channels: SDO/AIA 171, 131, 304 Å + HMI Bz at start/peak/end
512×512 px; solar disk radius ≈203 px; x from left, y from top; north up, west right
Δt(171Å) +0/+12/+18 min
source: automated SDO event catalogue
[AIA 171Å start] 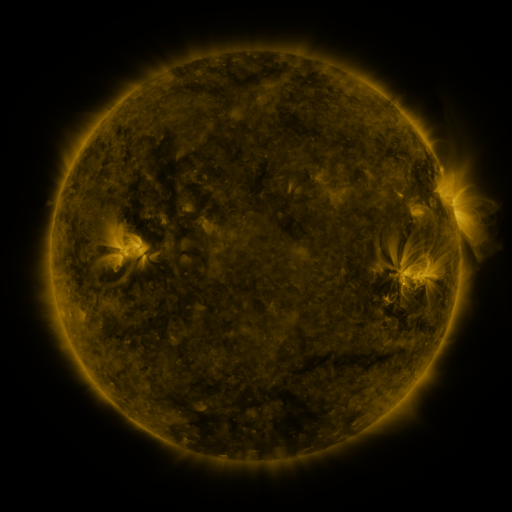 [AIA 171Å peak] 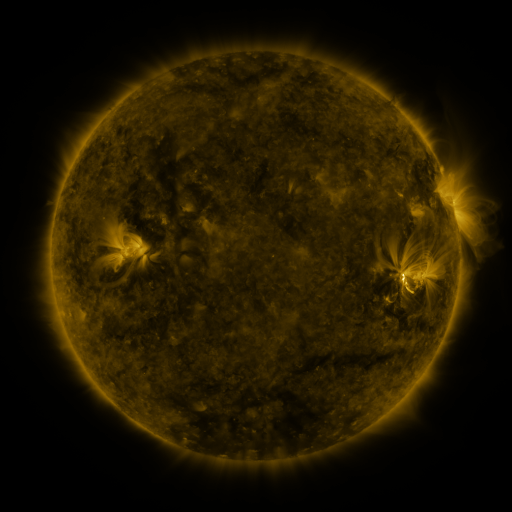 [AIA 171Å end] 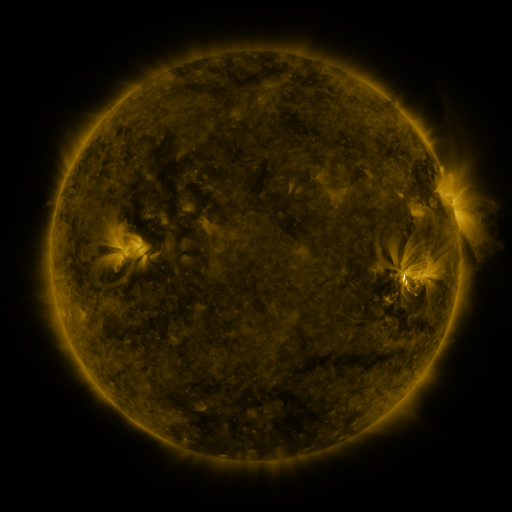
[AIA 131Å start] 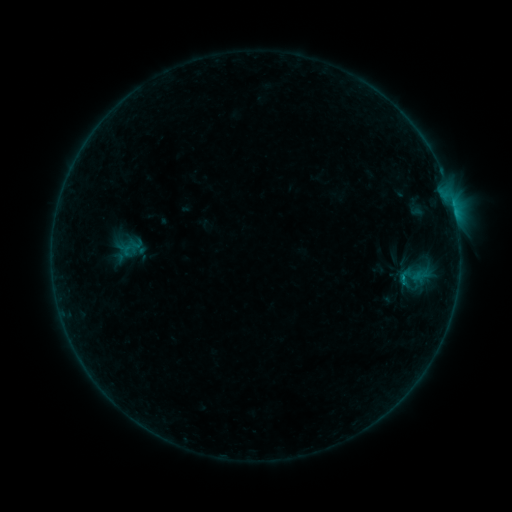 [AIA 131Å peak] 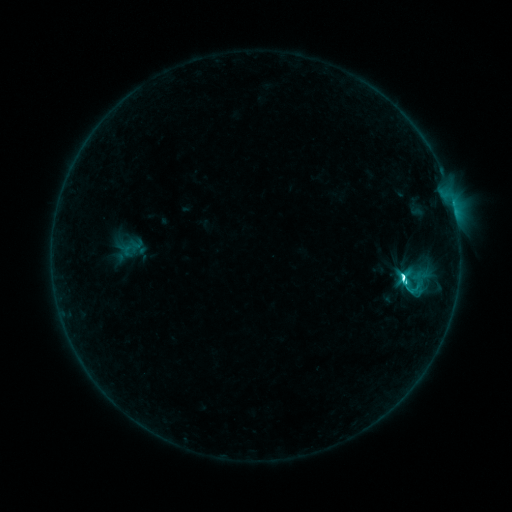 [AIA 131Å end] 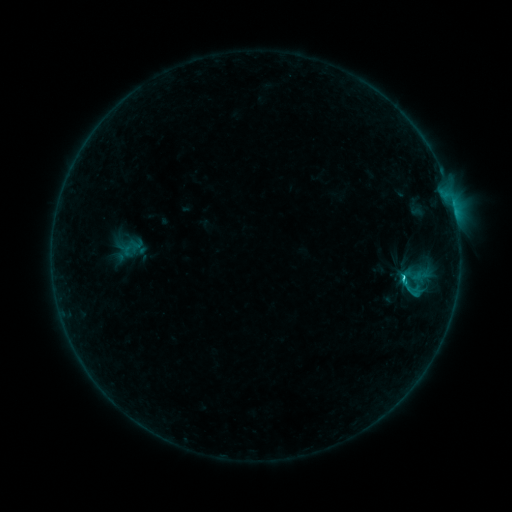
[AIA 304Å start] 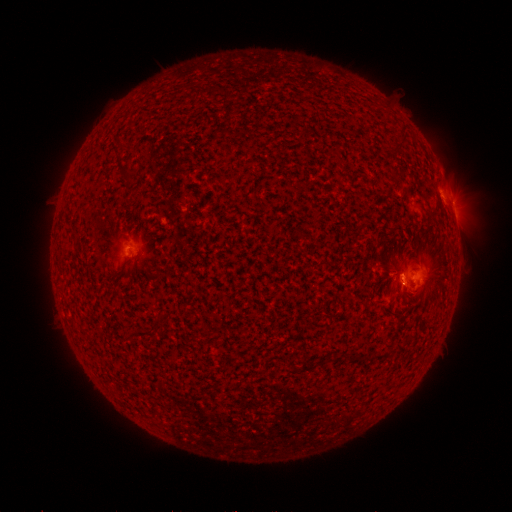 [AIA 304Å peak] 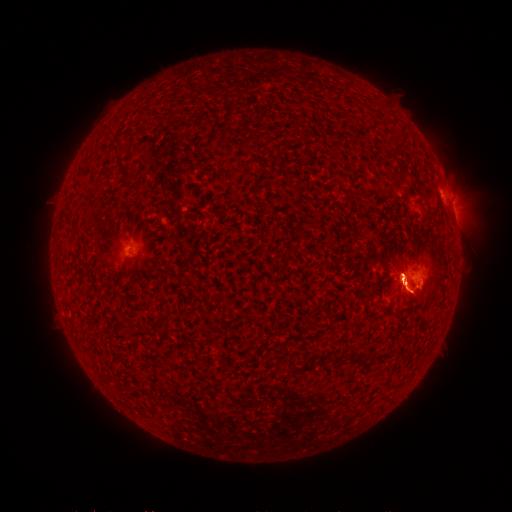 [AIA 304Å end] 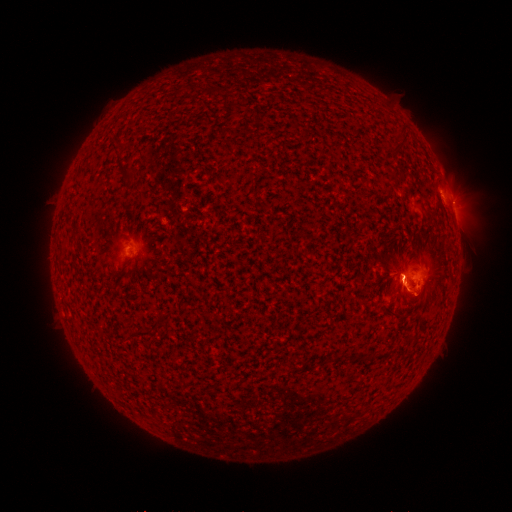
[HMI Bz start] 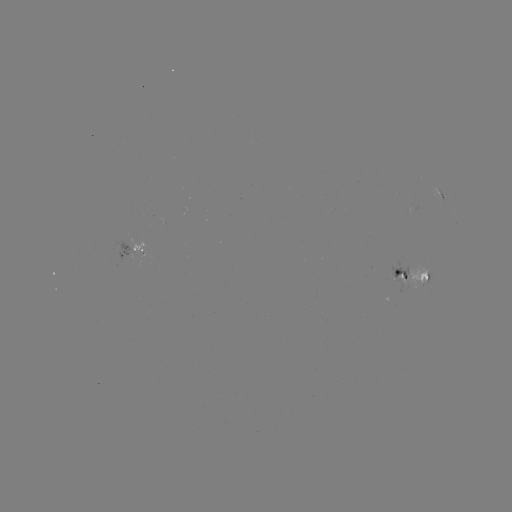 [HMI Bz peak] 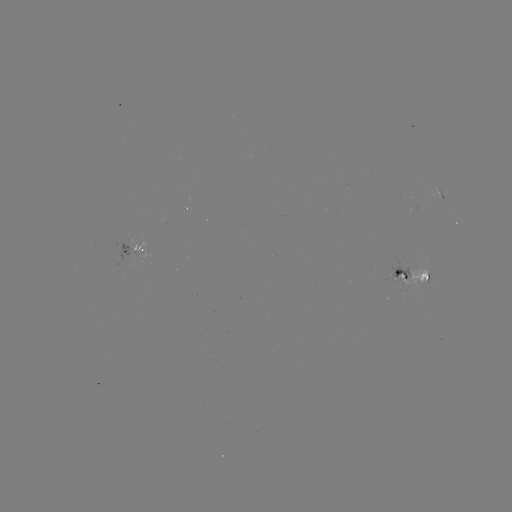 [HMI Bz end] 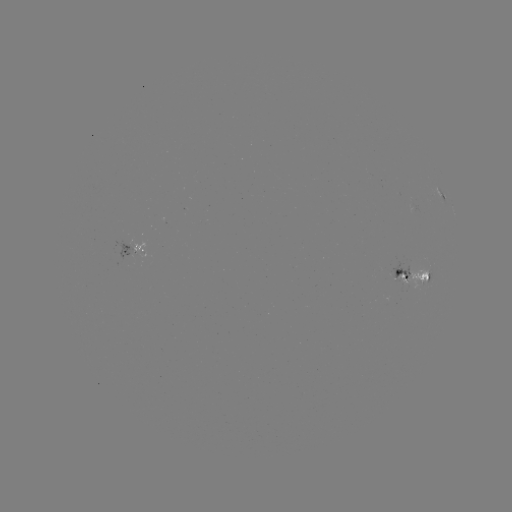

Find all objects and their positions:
C4.9 flare: (402, 276)
